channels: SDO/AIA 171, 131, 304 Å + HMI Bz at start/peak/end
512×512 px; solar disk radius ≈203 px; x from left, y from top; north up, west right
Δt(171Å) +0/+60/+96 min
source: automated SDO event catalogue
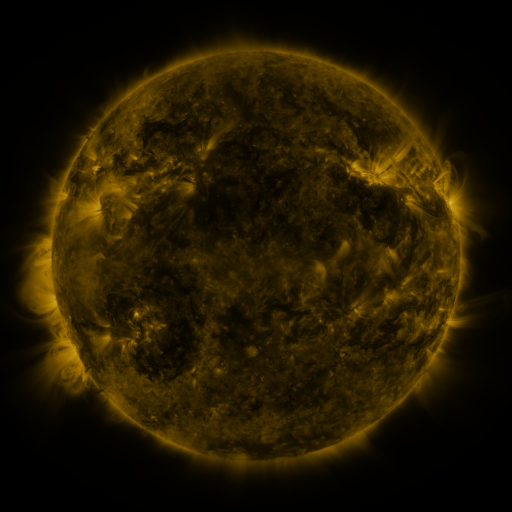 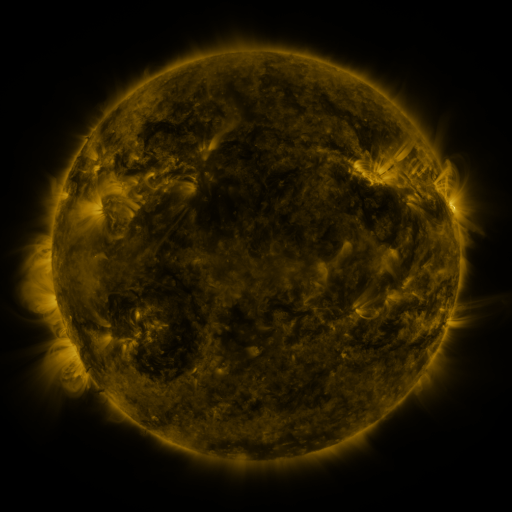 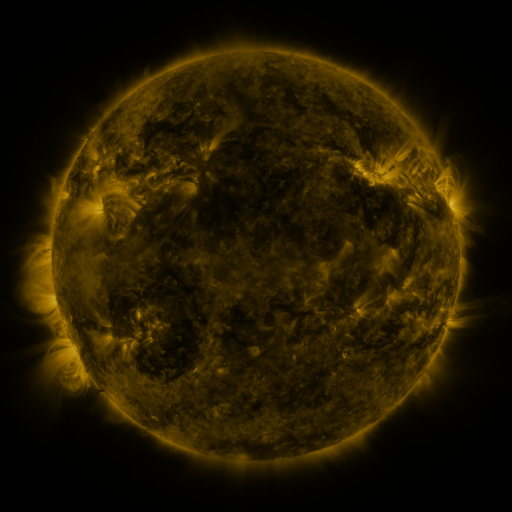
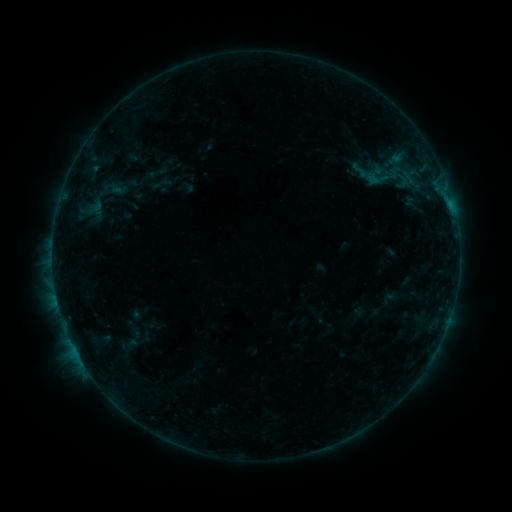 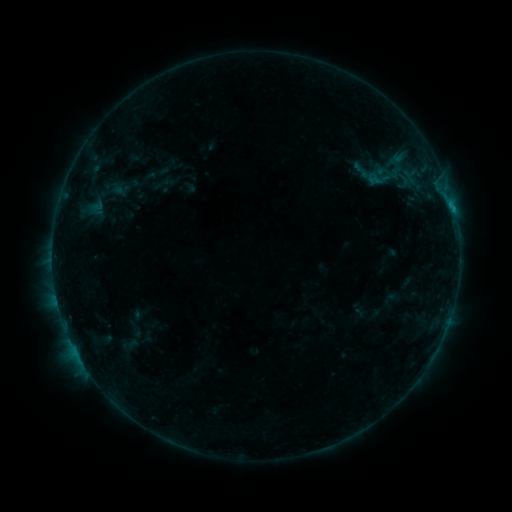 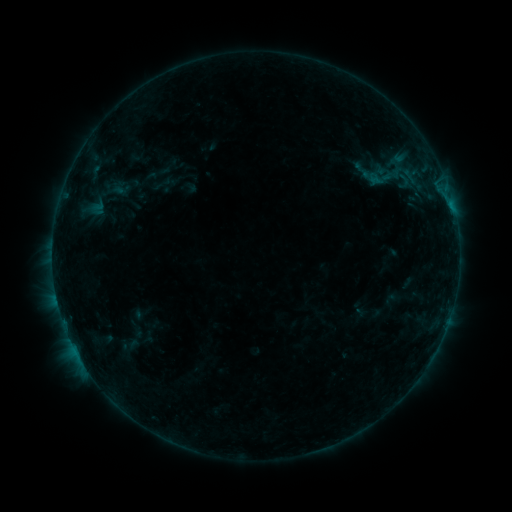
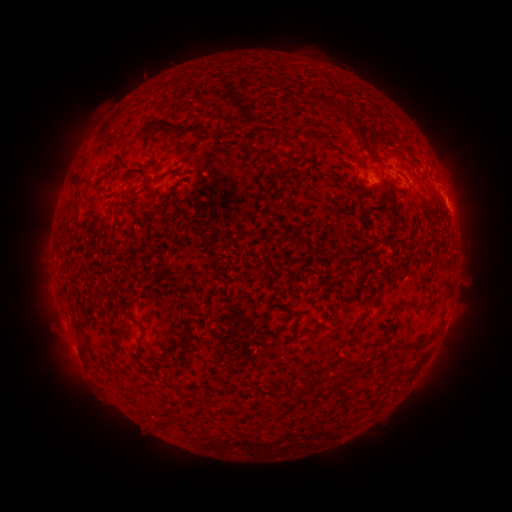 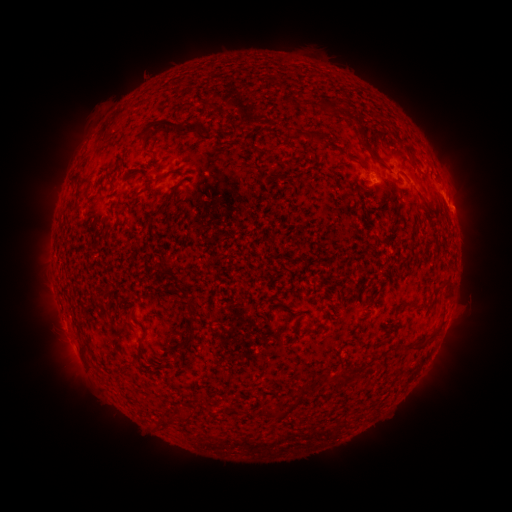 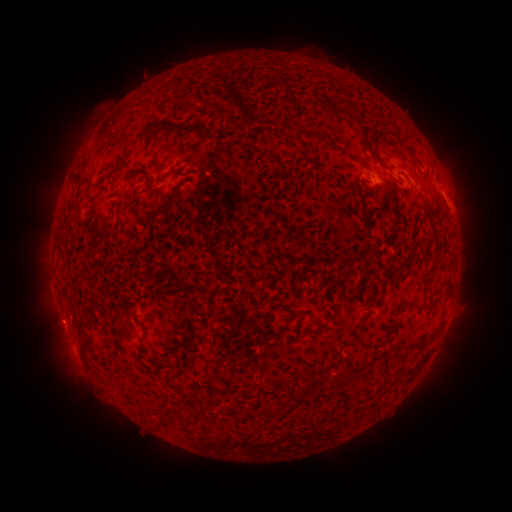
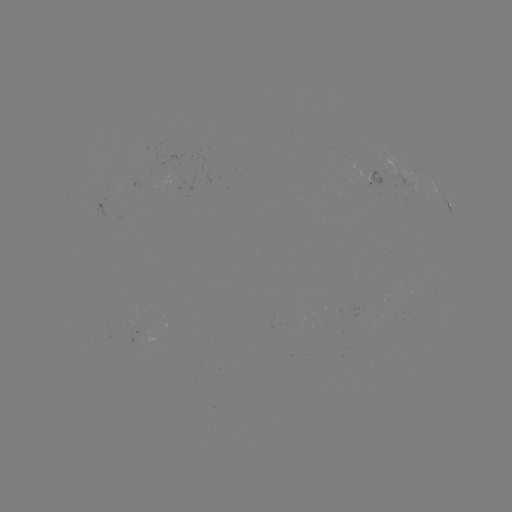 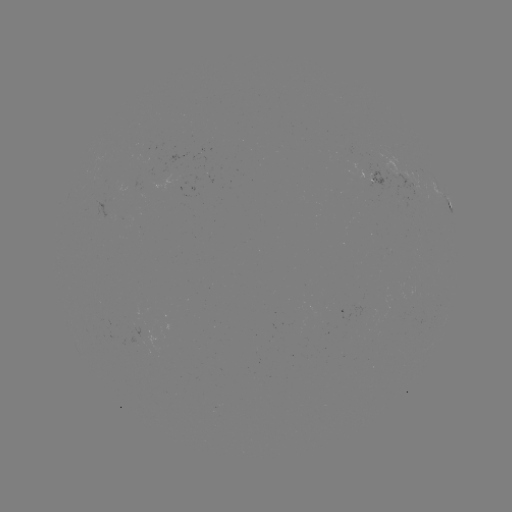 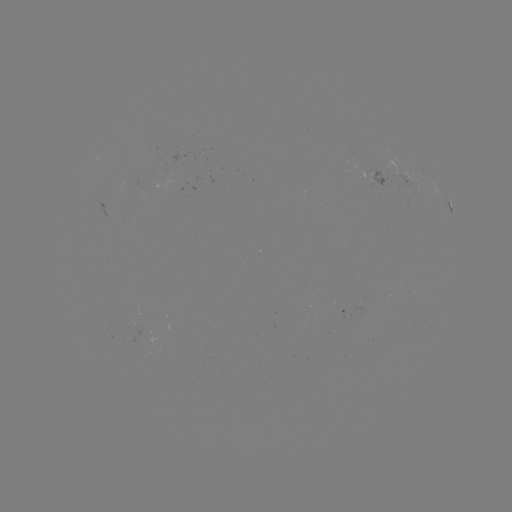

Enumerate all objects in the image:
emerging-flux region: (204, 144)
